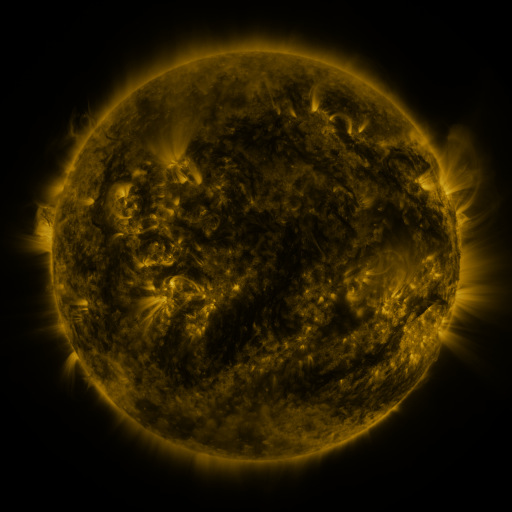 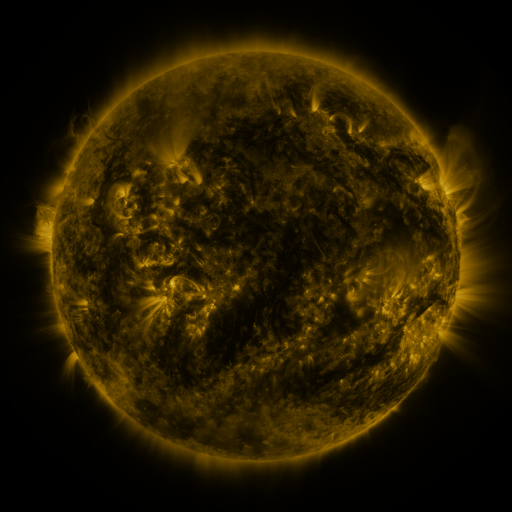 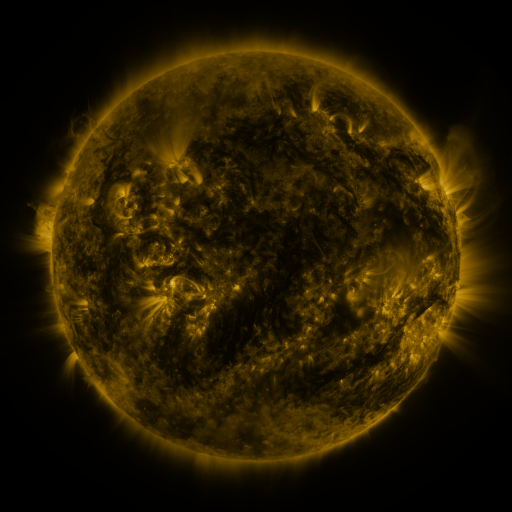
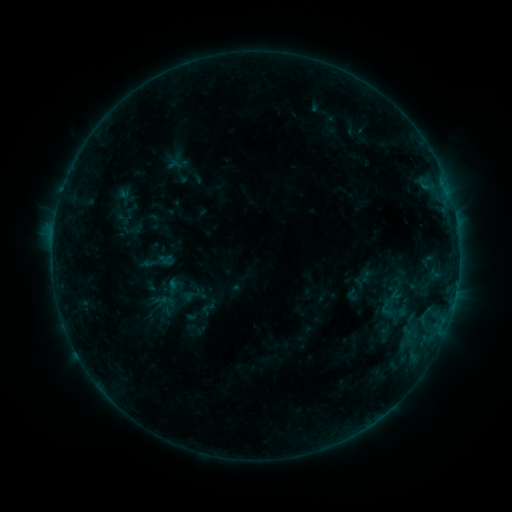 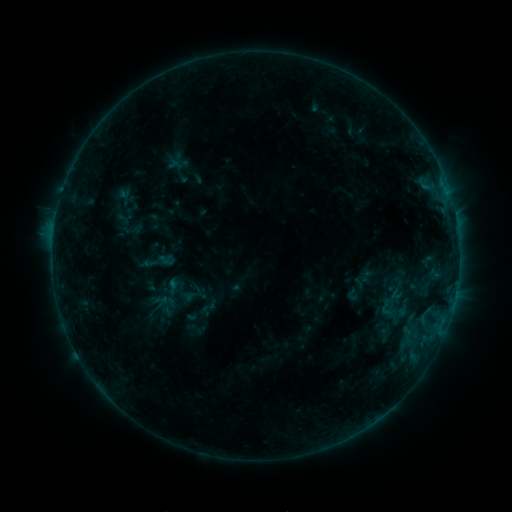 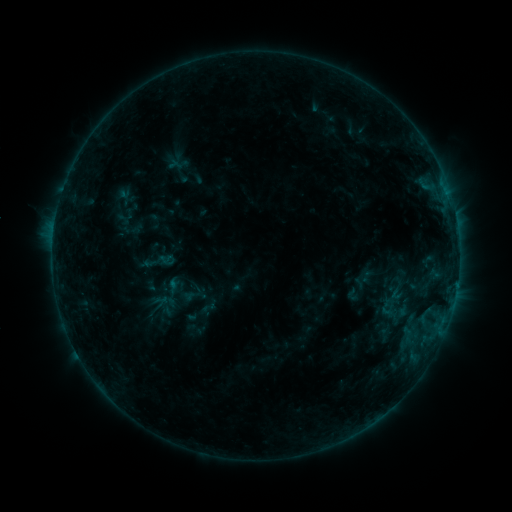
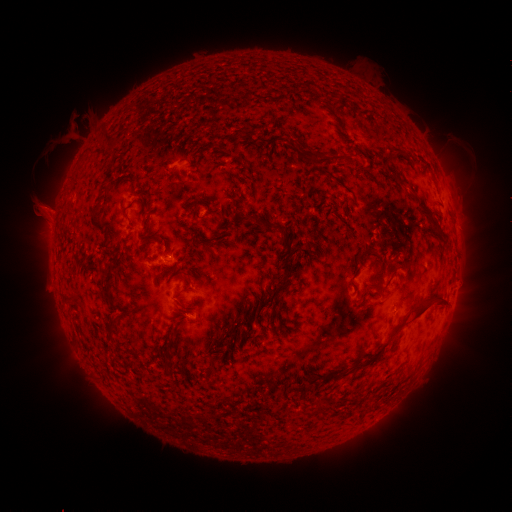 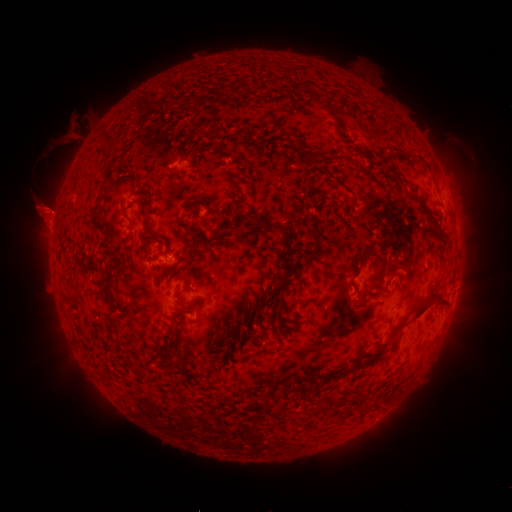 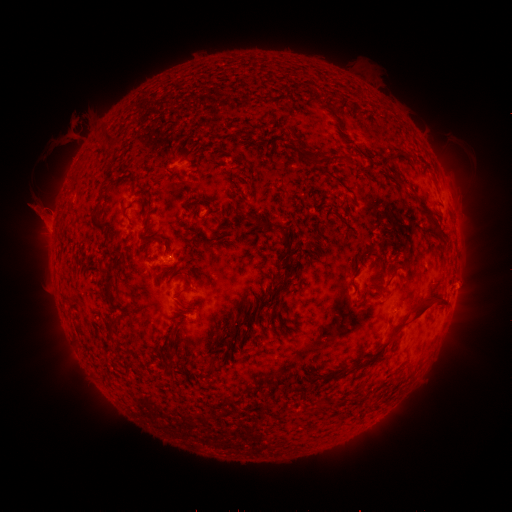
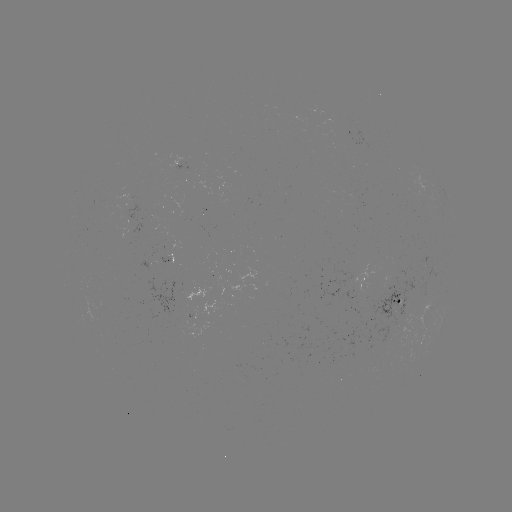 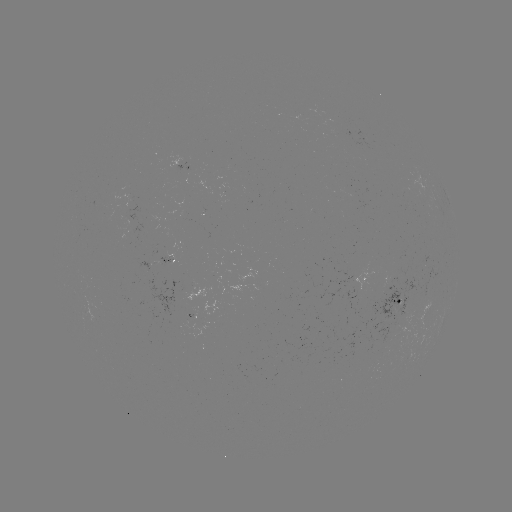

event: eruption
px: (52, 216)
